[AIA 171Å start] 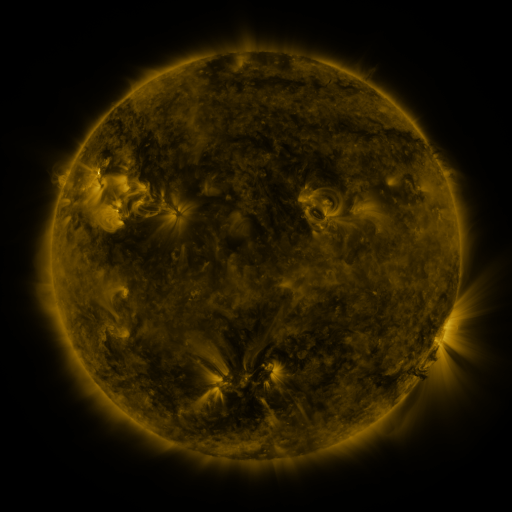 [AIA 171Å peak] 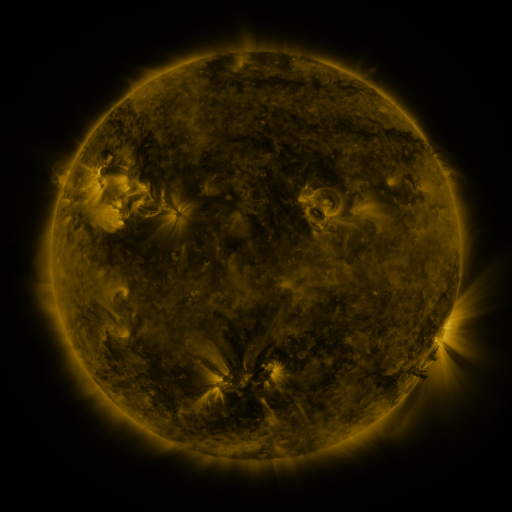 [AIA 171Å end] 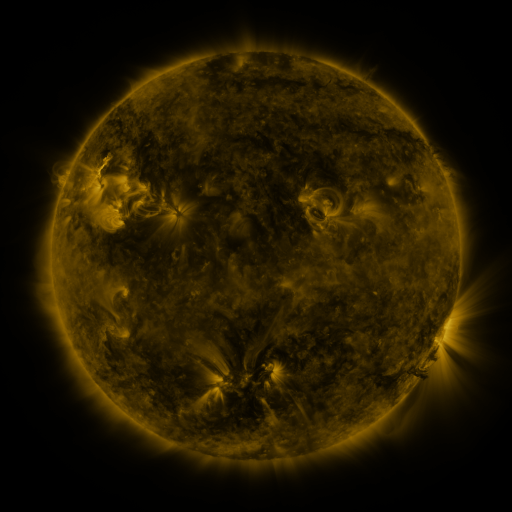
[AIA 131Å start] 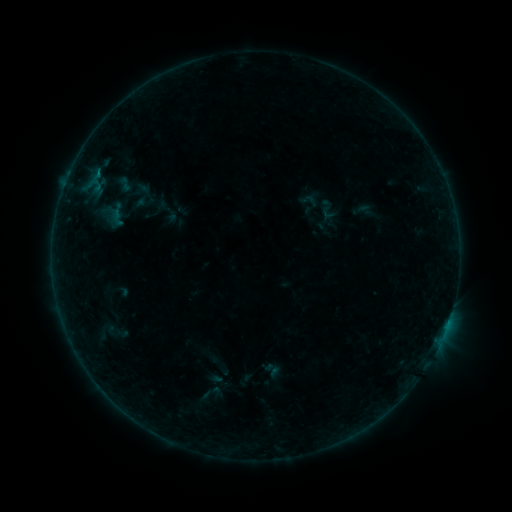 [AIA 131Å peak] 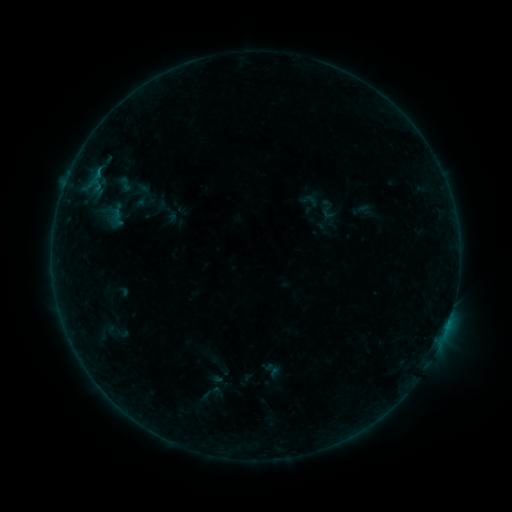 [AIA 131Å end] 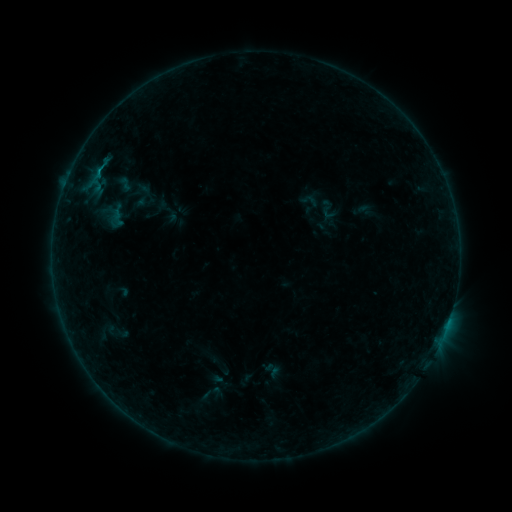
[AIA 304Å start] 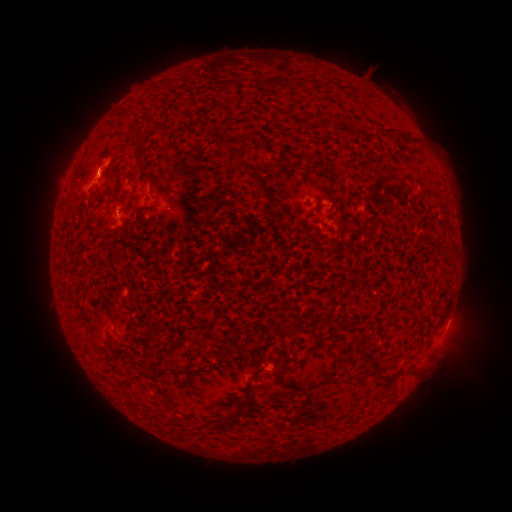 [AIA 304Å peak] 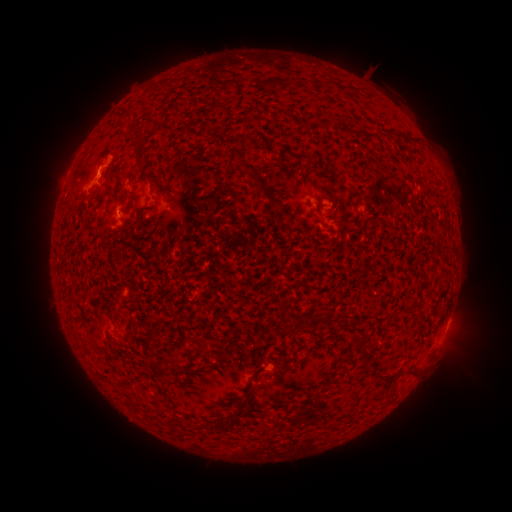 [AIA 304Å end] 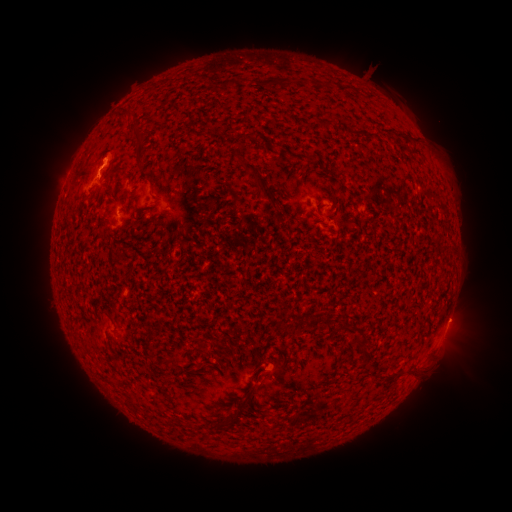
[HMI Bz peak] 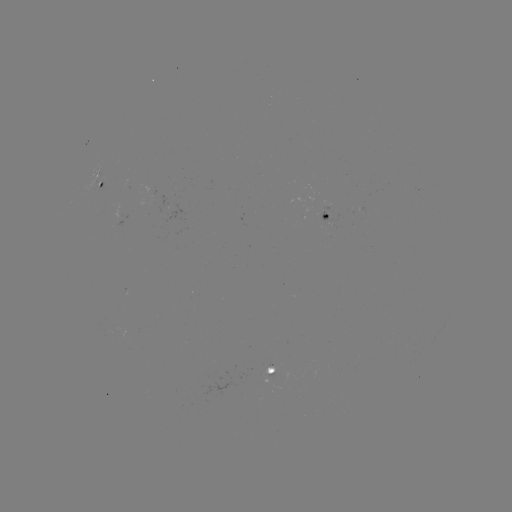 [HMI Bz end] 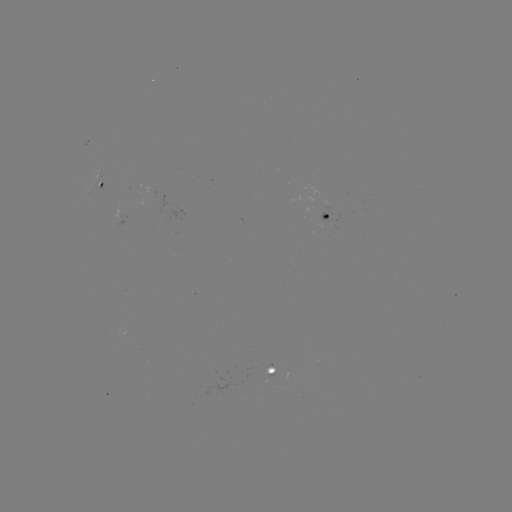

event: eruption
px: (109, 158)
